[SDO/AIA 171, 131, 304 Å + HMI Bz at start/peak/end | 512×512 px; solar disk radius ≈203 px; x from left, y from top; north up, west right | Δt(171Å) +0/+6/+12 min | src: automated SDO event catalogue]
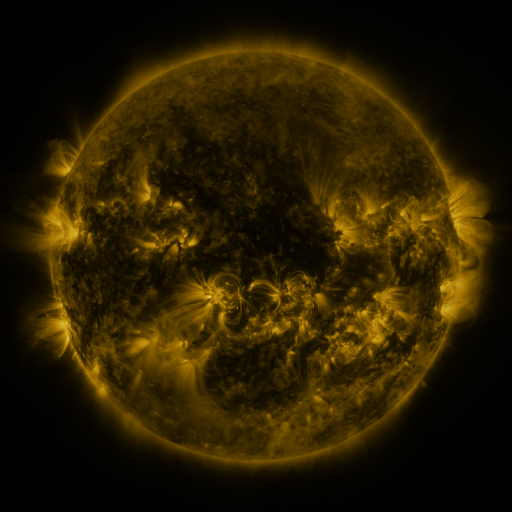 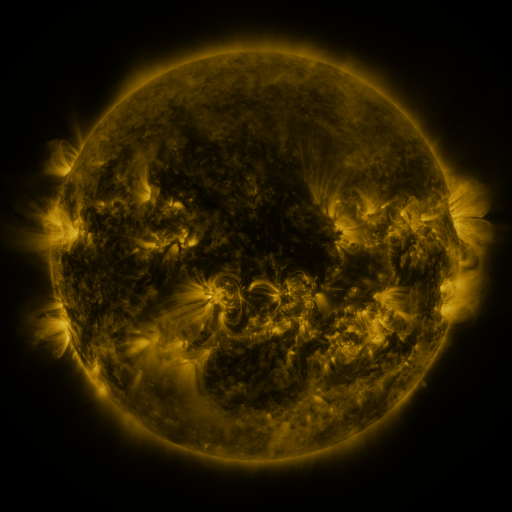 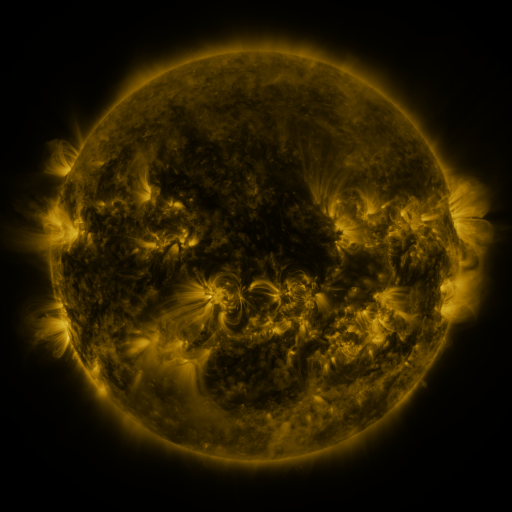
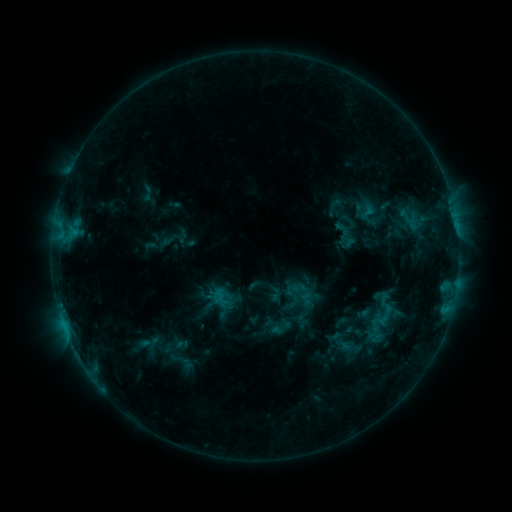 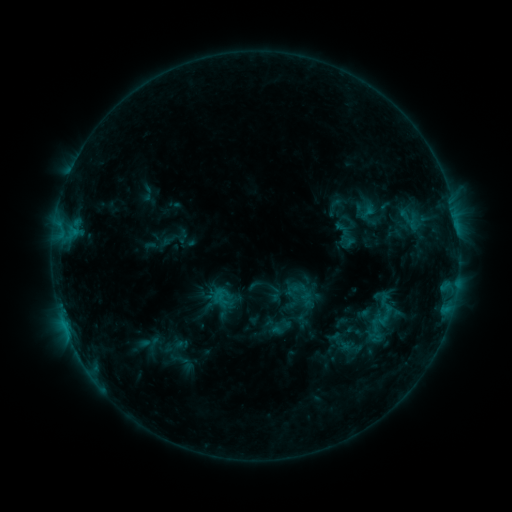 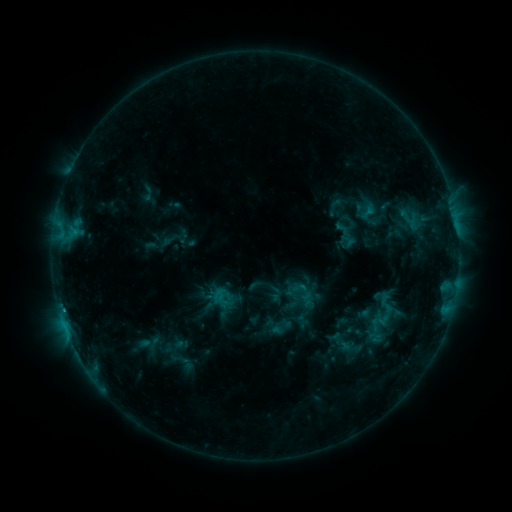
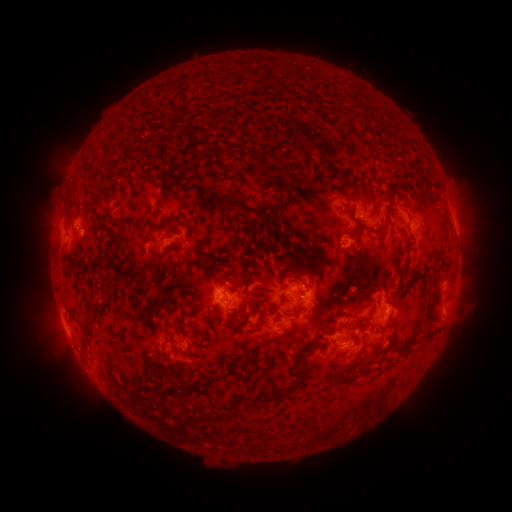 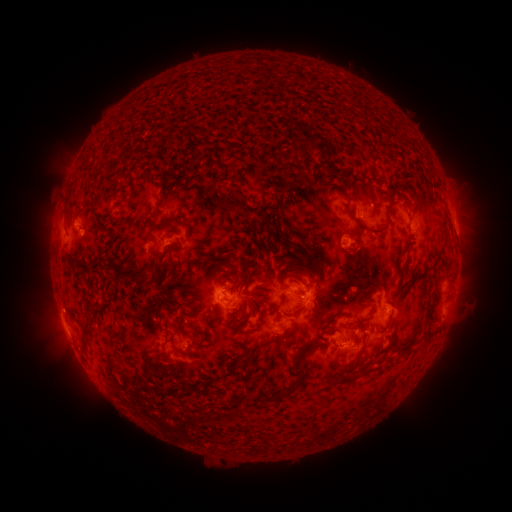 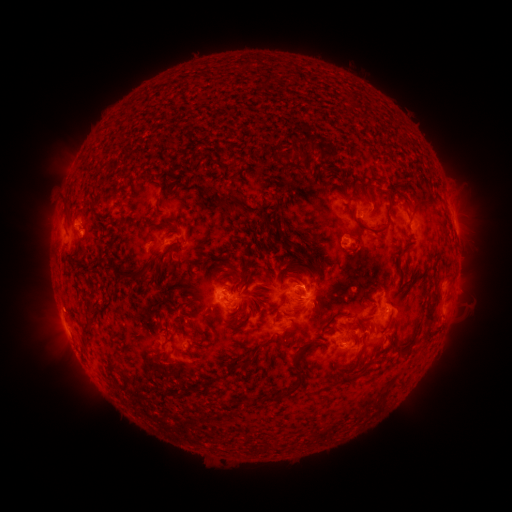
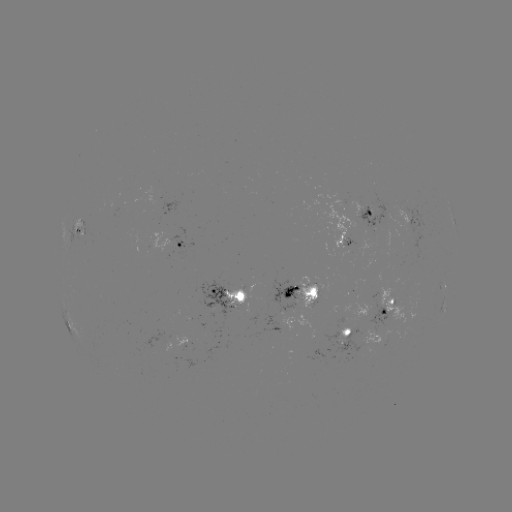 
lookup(C1.2 flare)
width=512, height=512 [63, 322]